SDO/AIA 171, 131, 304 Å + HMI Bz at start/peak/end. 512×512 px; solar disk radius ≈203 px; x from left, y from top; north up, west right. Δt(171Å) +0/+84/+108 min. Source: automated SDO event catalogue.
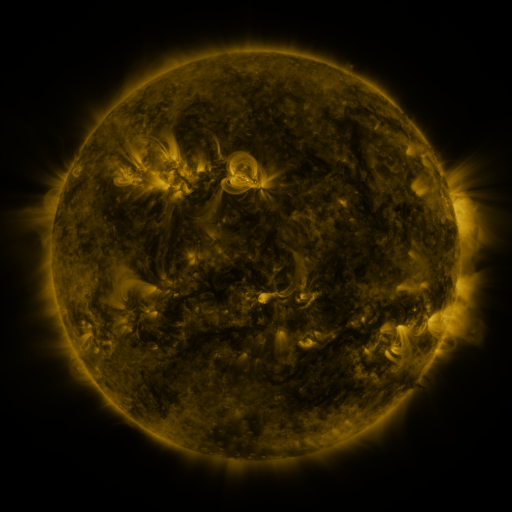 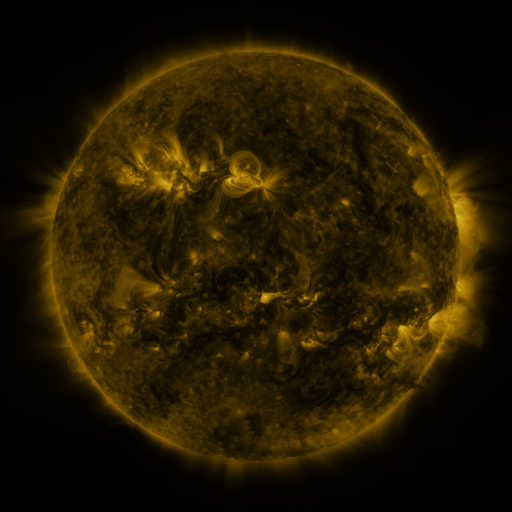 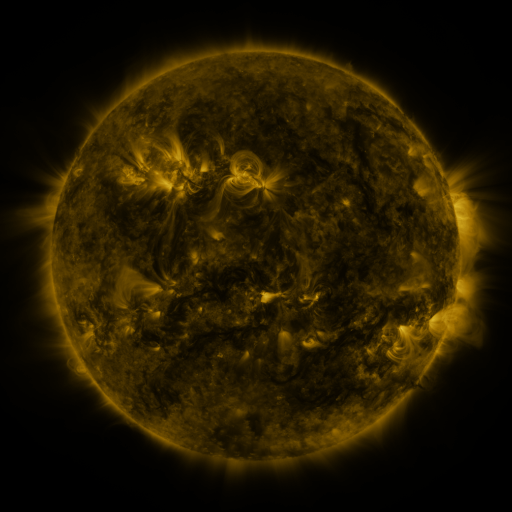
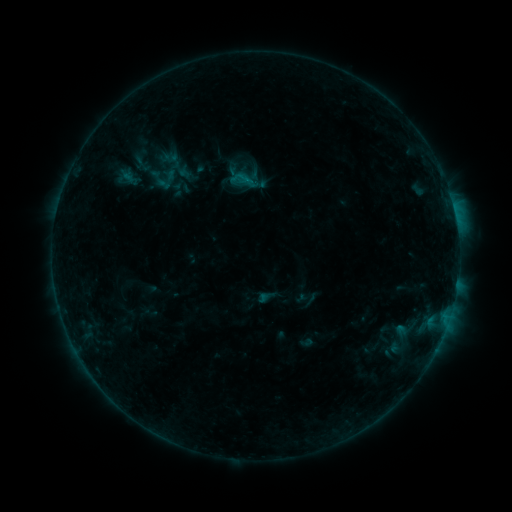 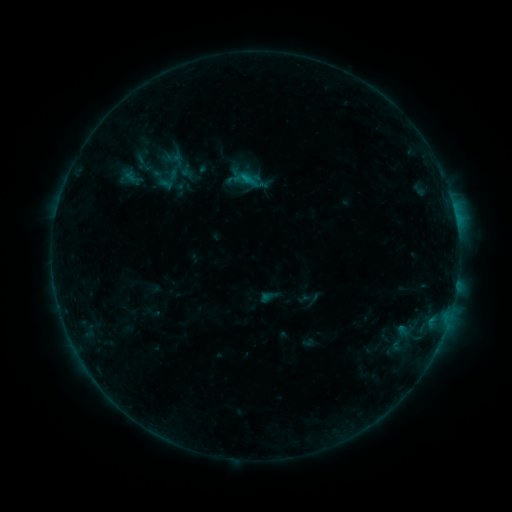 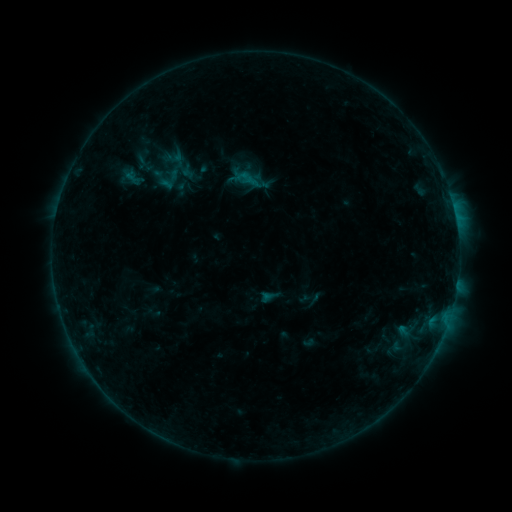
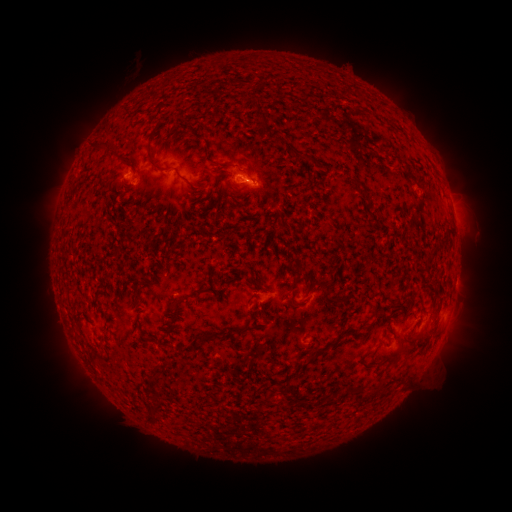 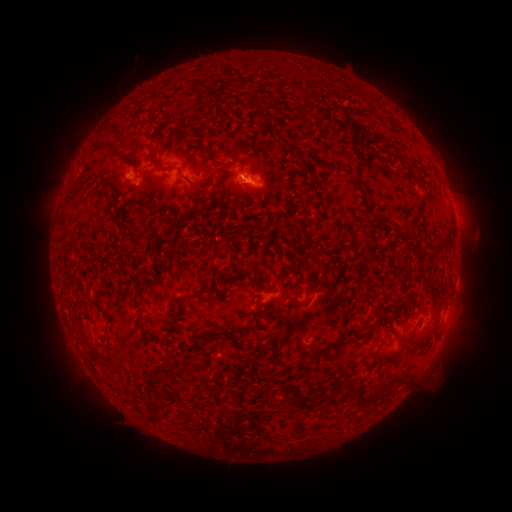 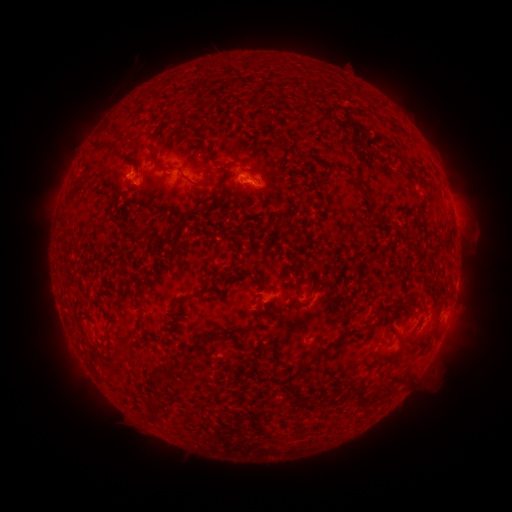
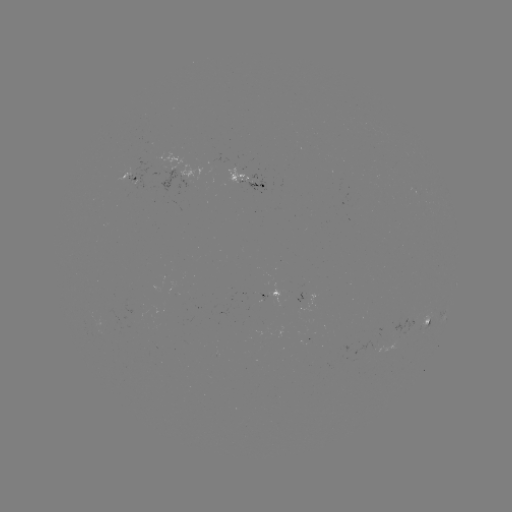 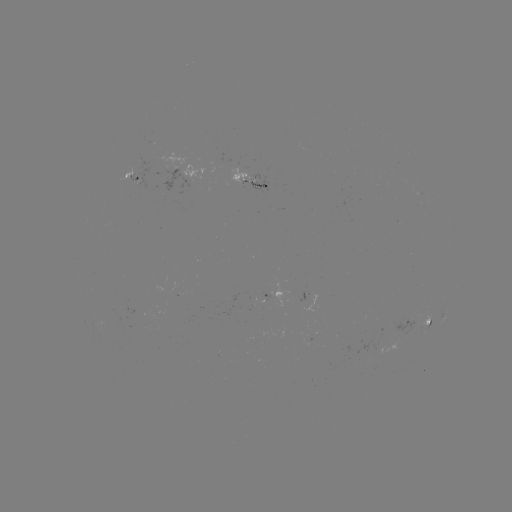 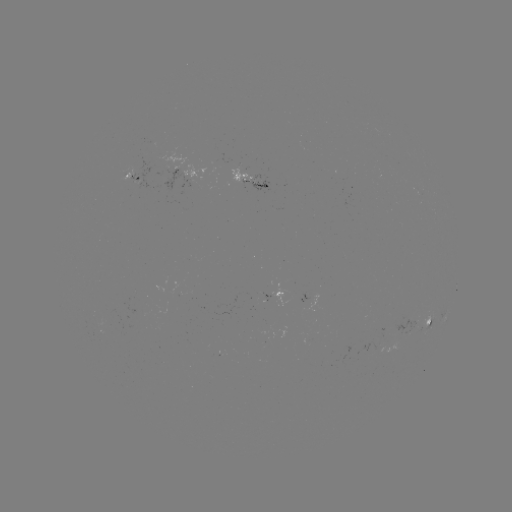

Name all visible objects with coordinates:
emerging-flux region: (257, 182)
